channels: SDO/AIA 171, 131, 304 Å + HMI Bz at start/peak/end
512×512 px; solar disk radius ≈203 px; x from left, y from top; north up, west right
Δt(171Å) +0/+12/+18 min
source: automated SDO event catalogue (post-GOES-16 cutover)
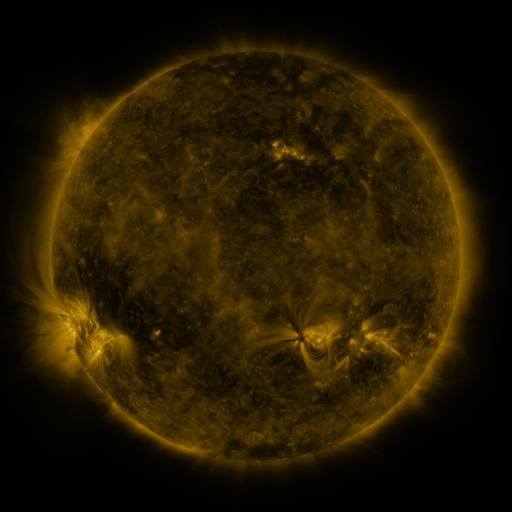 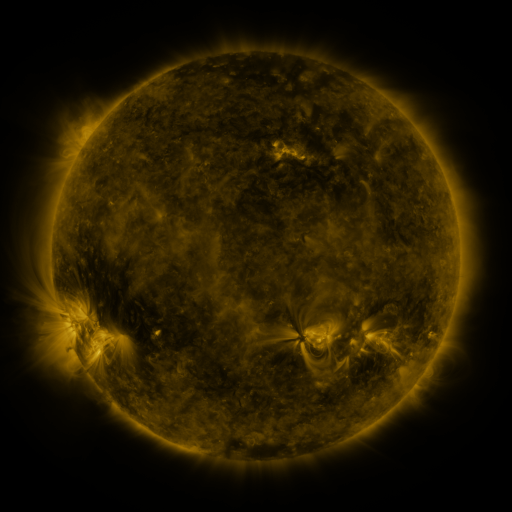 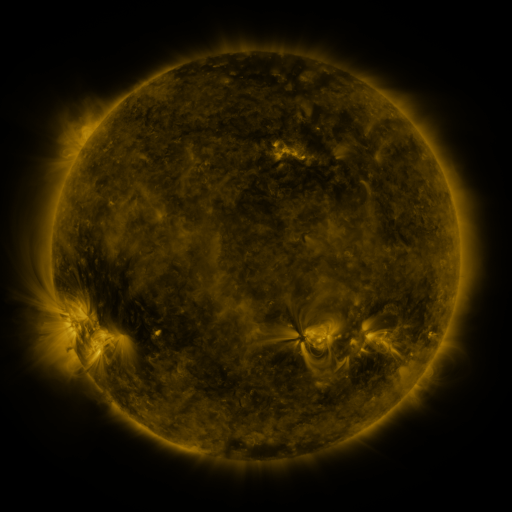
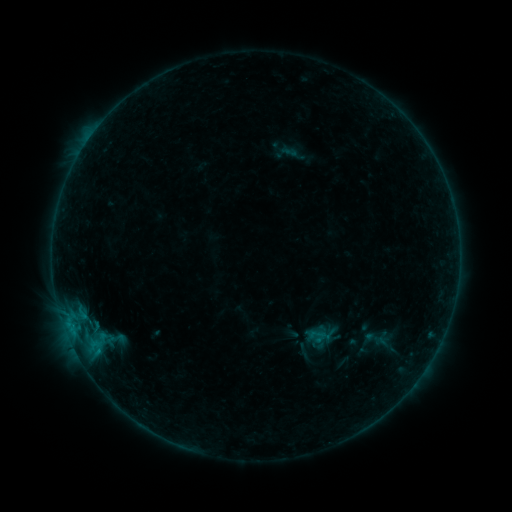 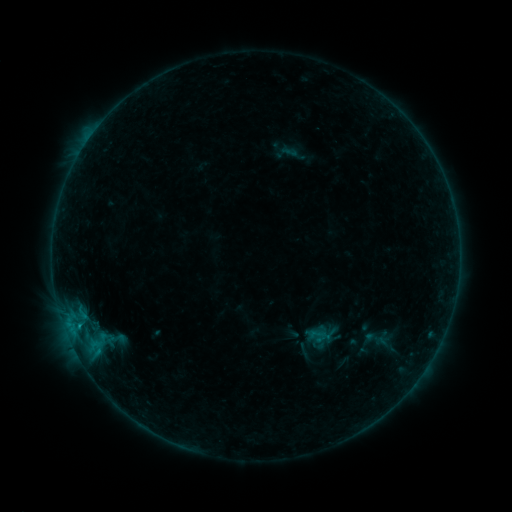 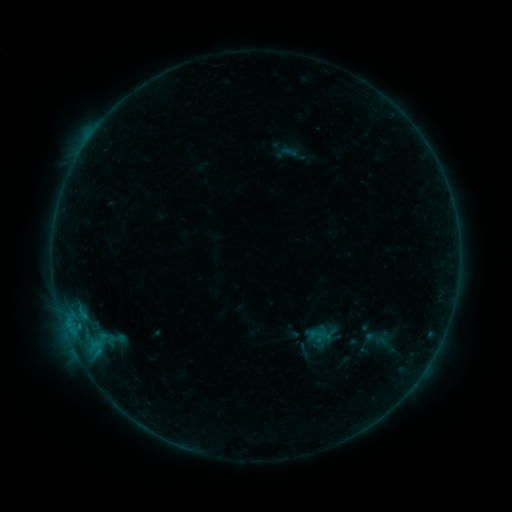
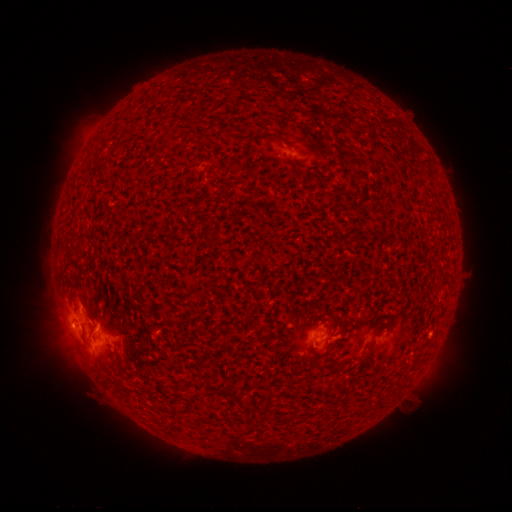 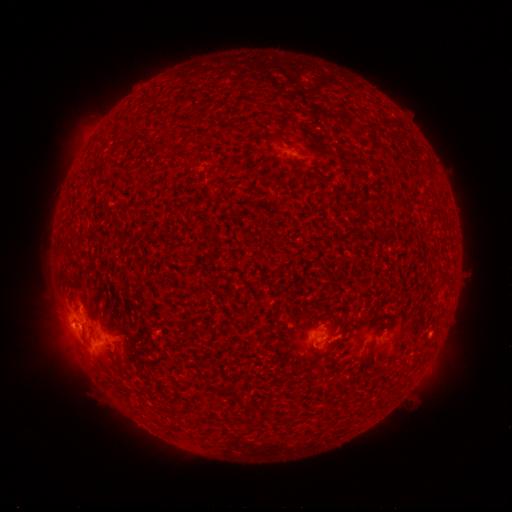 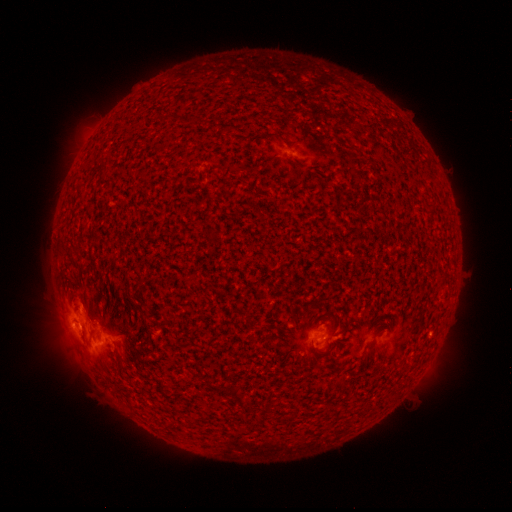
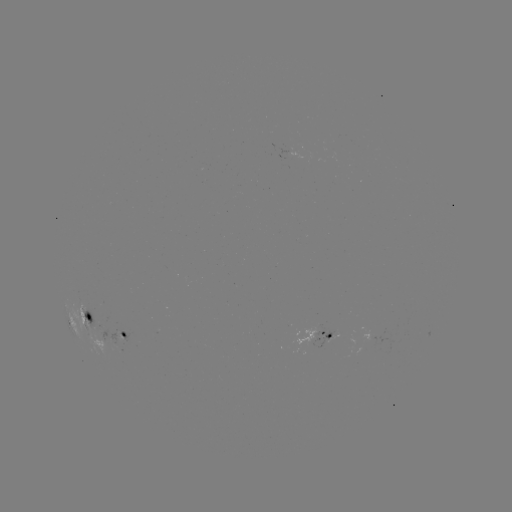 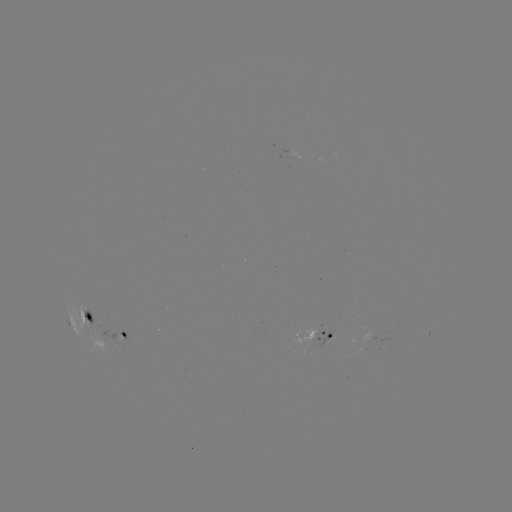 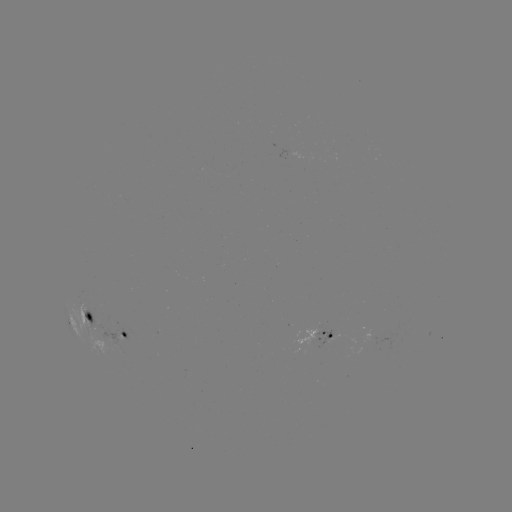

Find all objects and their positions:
B5.6 flare: (80, 324)
